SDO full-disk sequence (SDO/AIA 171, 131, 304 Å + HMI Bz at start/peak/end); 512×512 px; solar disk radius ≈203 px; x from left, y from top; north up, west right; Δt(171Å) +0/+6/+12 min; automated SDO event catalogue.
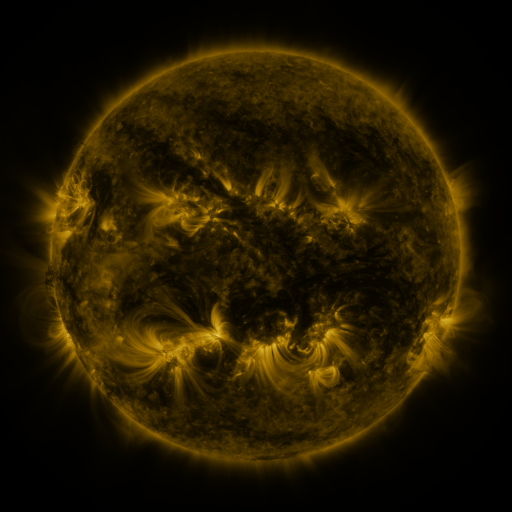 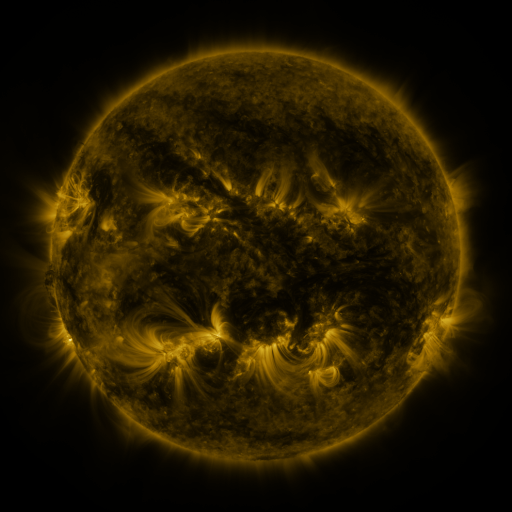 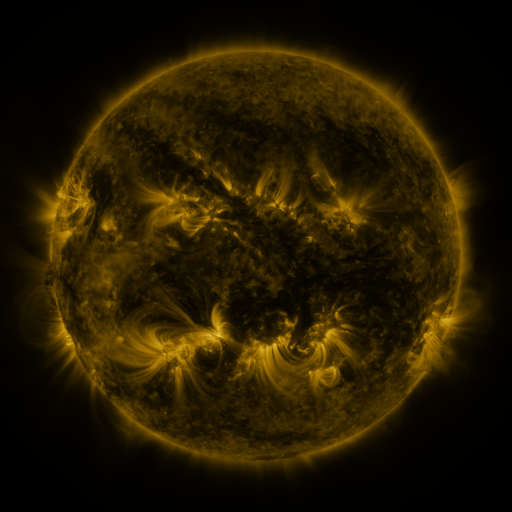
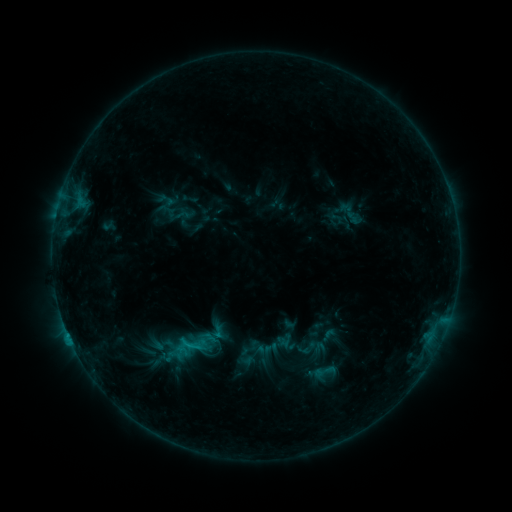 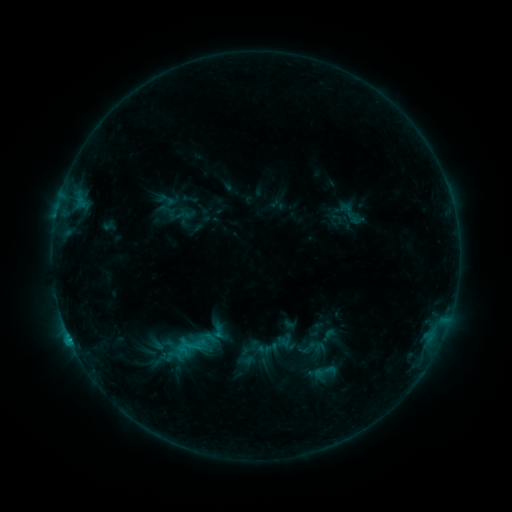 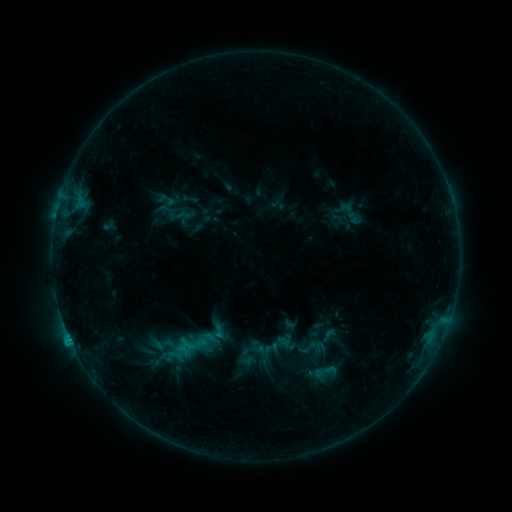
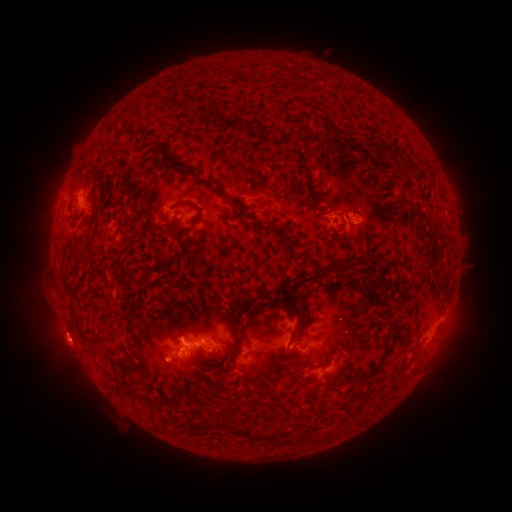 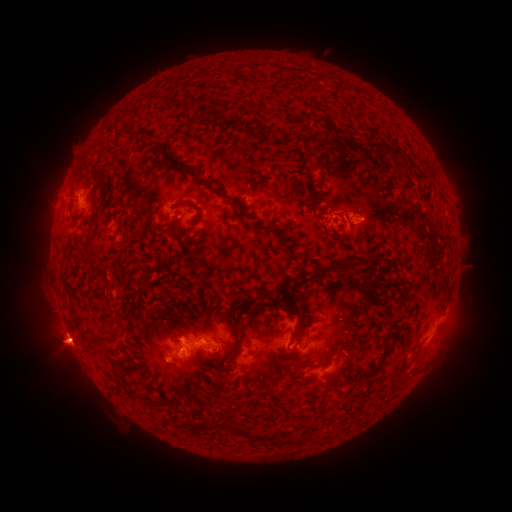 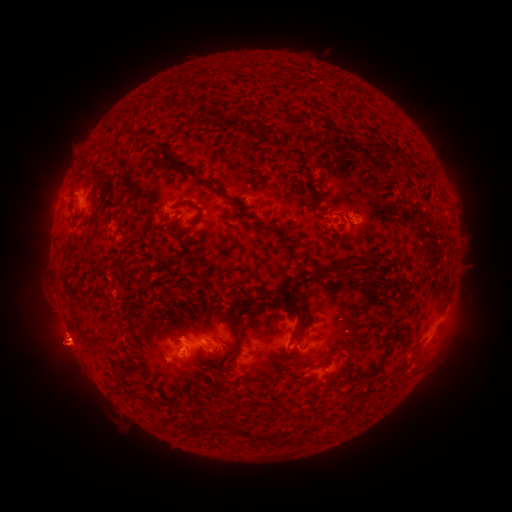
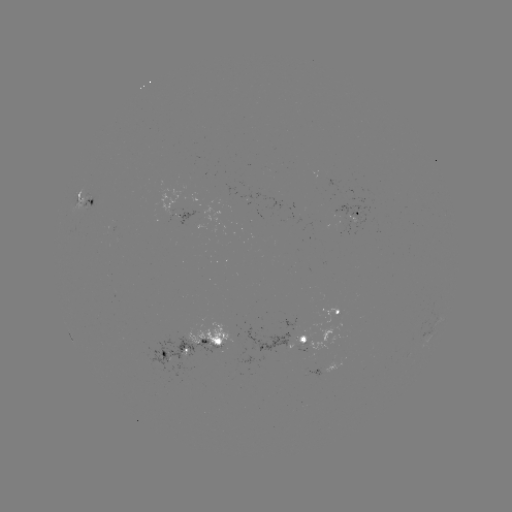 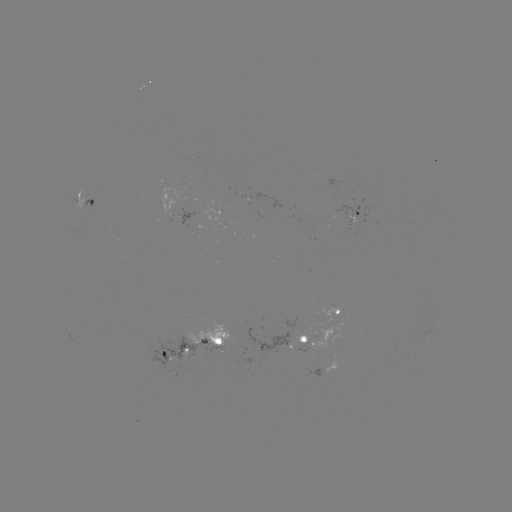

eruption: <bbox>29, 322, 92, 382</bbox>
